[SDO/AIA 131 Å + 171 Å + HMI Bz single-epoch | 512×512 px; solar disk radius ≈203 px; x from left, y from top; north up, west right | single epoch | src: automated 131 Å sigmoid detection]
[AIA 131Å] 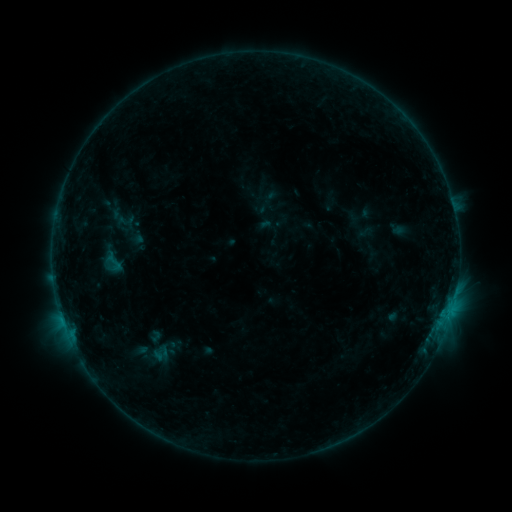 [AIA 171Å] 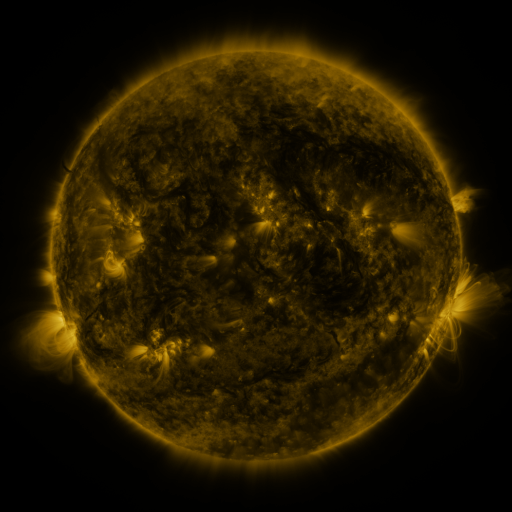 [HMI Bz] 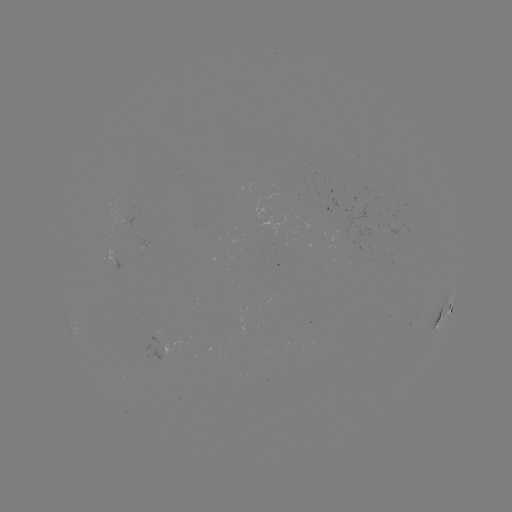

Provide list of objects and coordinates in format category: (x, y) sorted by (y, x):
sigmoid: (112, 263)
